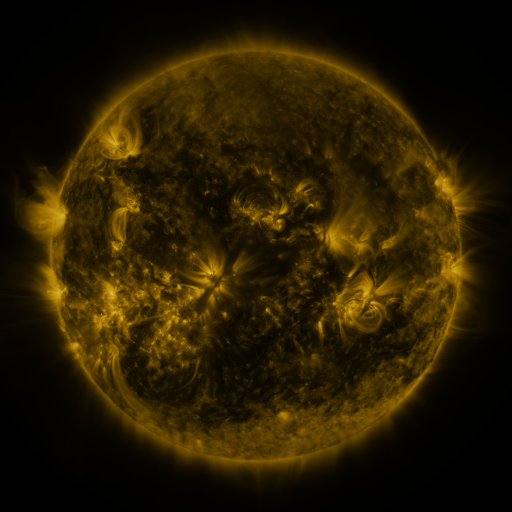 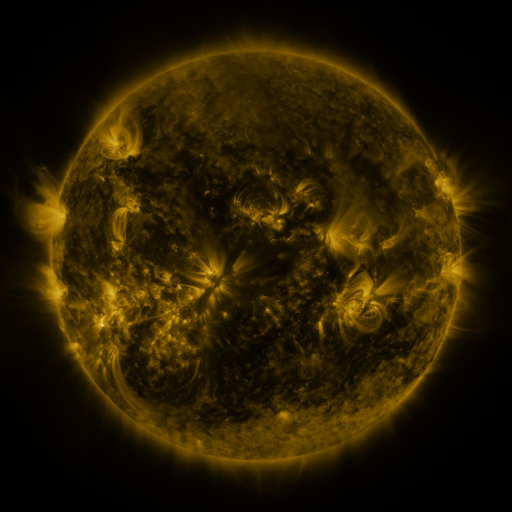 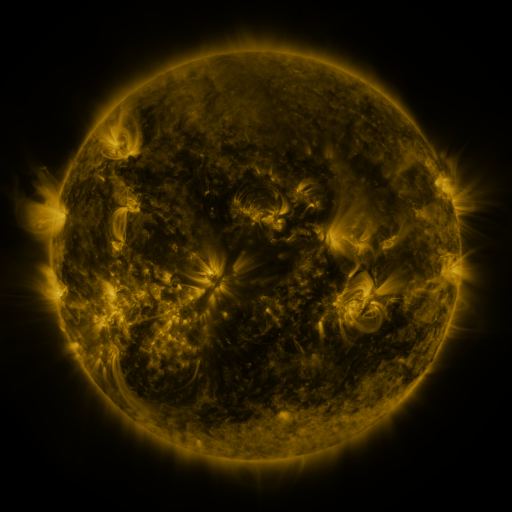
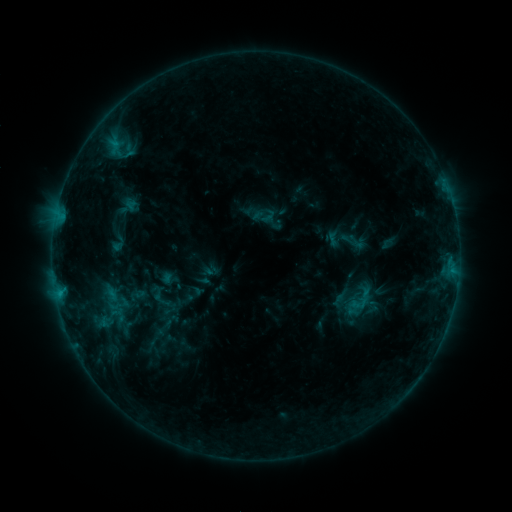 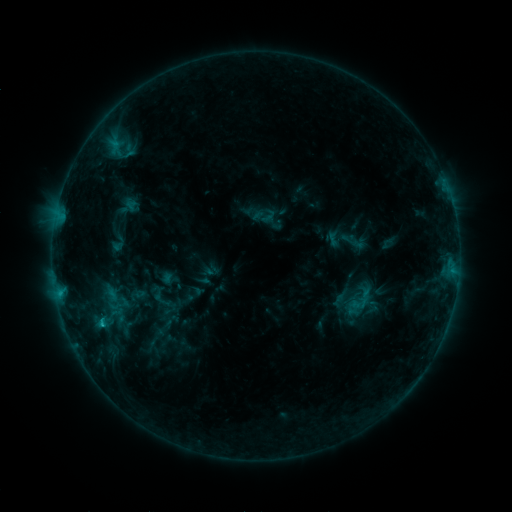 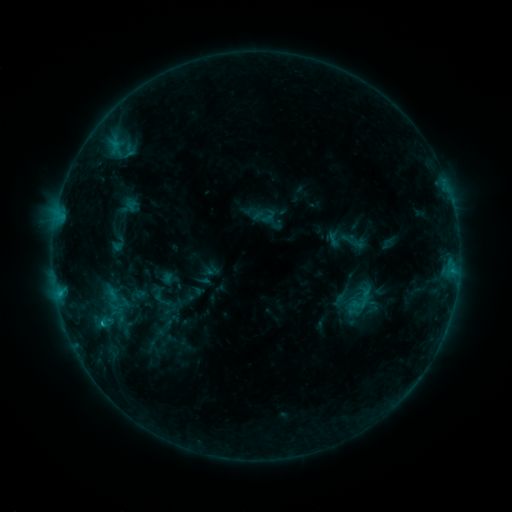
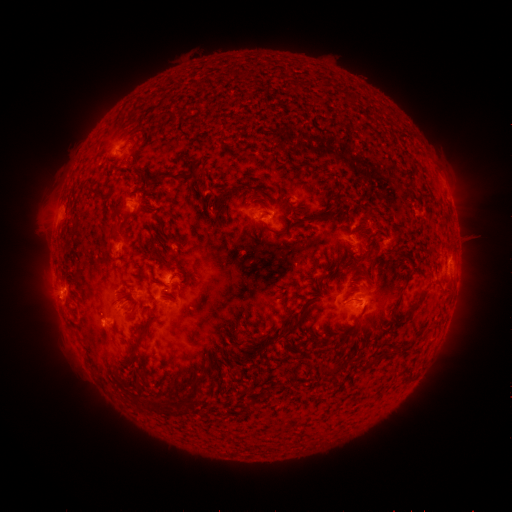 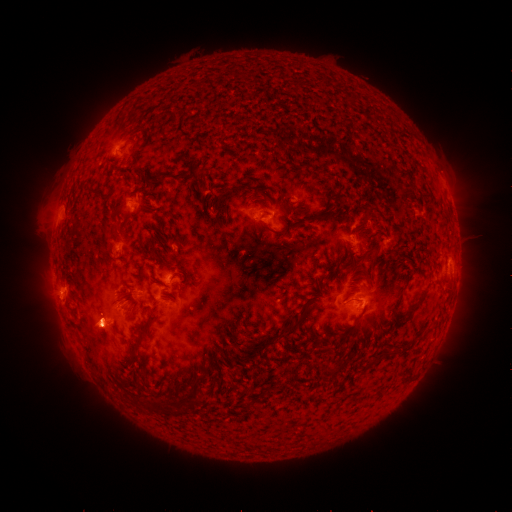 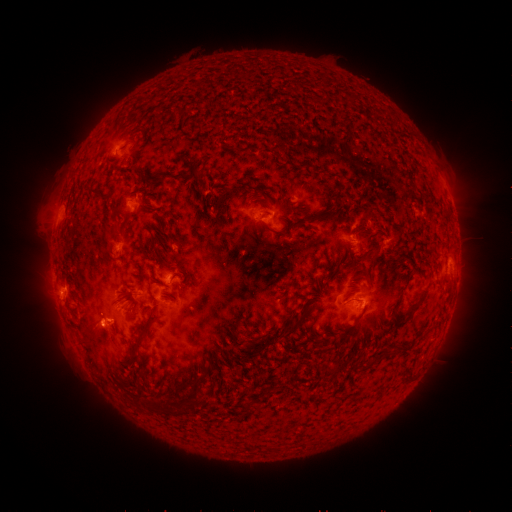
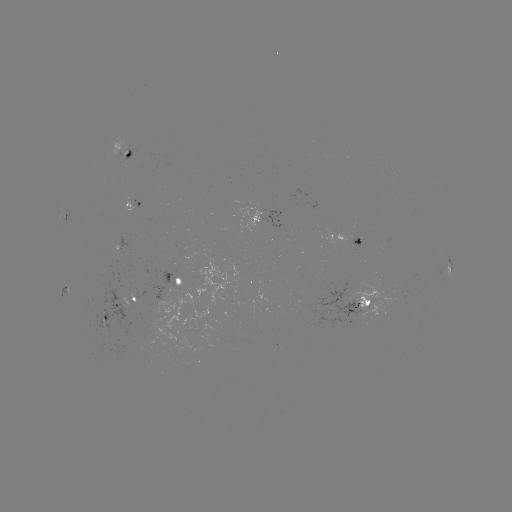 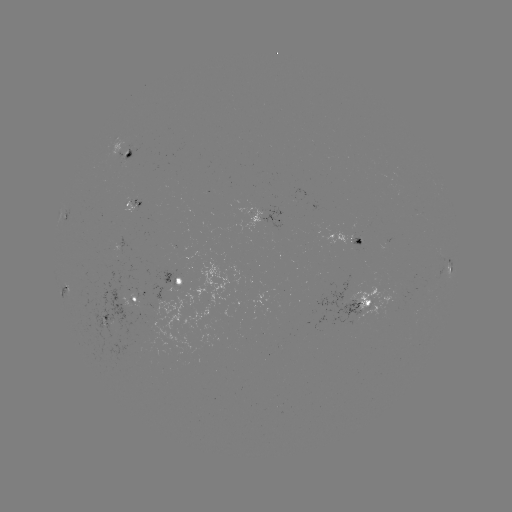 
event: eruption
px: (100, 335)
